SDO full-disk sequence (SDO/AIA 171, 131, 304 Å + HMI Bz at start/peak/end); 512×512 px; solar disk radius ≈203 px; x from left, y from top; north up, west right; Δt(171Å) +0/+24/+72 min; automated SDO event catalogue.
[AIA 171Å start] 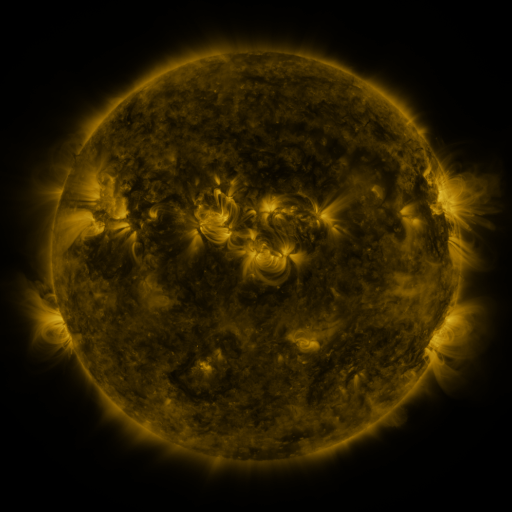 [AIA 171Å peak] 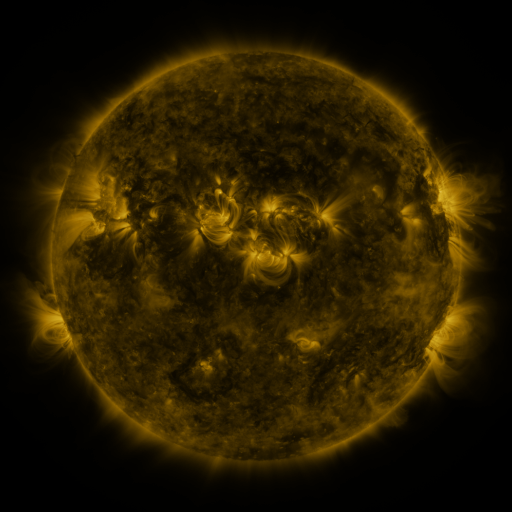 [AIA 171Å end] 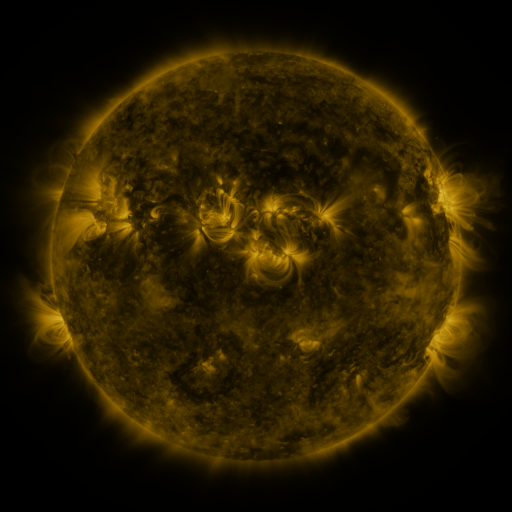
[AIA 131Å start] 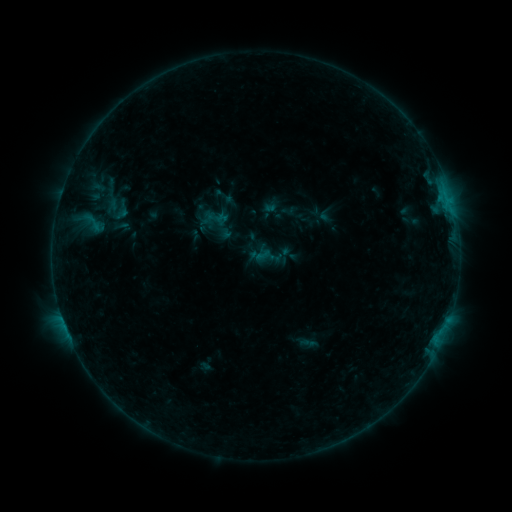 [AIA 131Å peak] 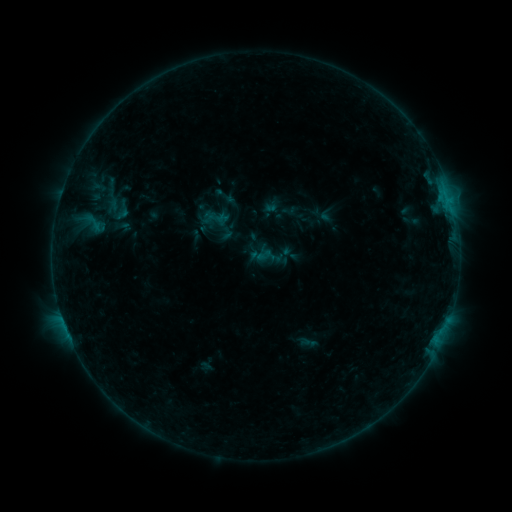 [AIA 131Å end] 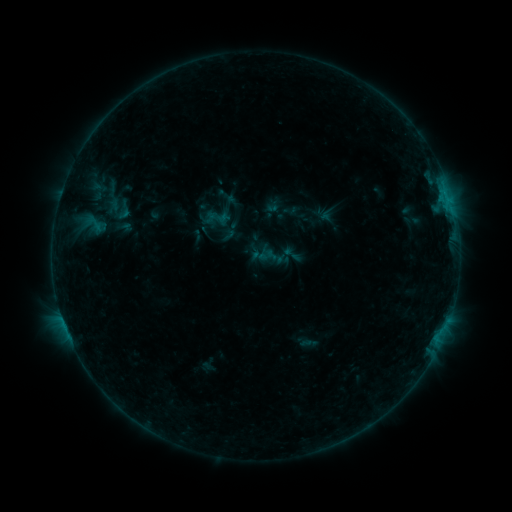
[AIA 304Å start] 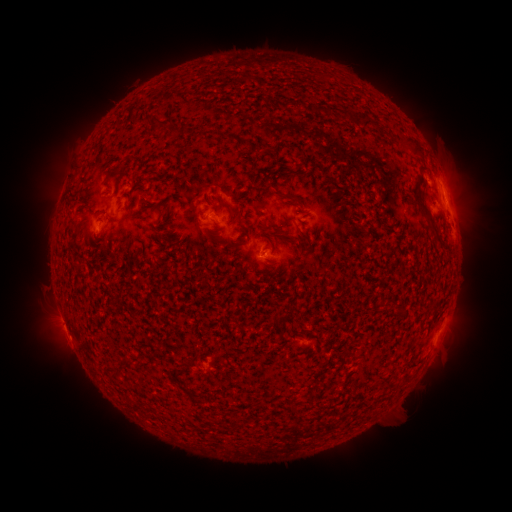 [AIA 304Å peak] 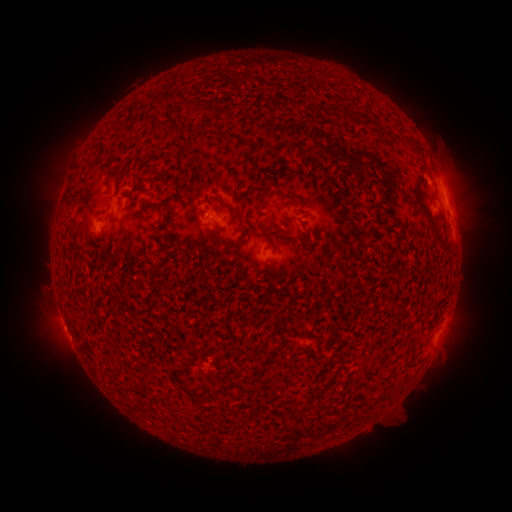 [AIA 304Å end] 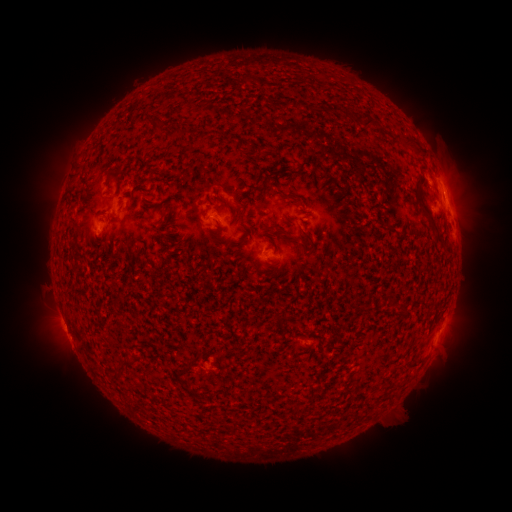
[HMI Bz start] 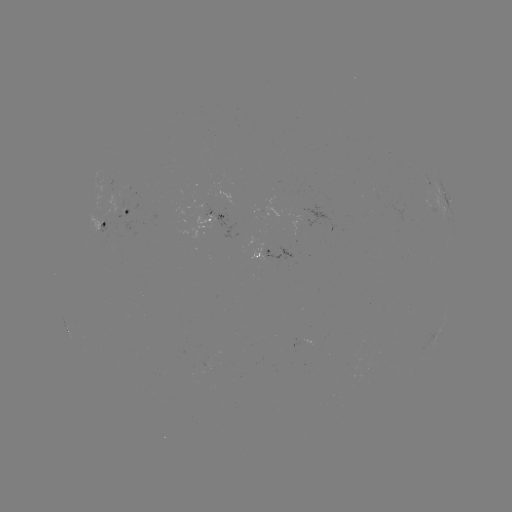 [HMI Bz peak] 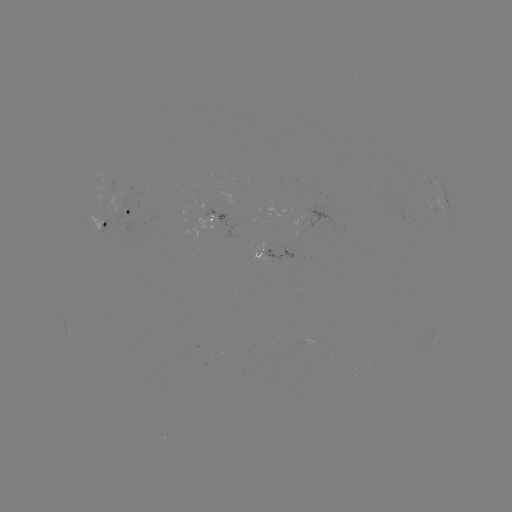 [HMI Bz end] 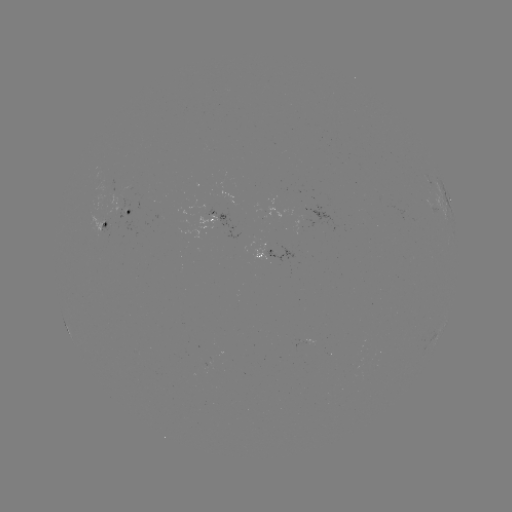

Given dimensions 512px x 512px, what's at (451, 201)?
B4.7 flare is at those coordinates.